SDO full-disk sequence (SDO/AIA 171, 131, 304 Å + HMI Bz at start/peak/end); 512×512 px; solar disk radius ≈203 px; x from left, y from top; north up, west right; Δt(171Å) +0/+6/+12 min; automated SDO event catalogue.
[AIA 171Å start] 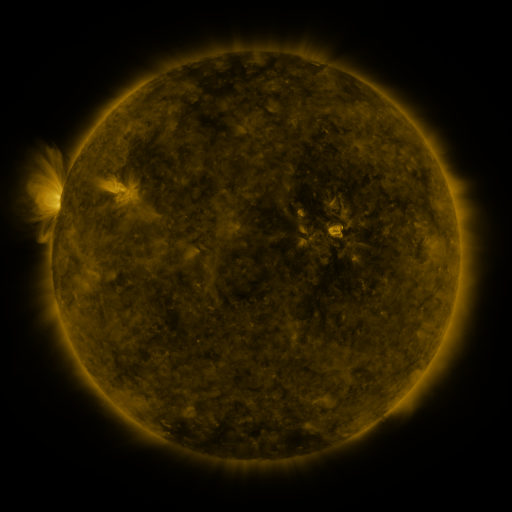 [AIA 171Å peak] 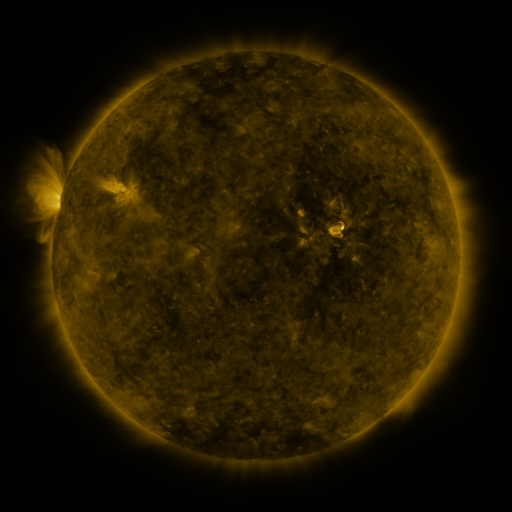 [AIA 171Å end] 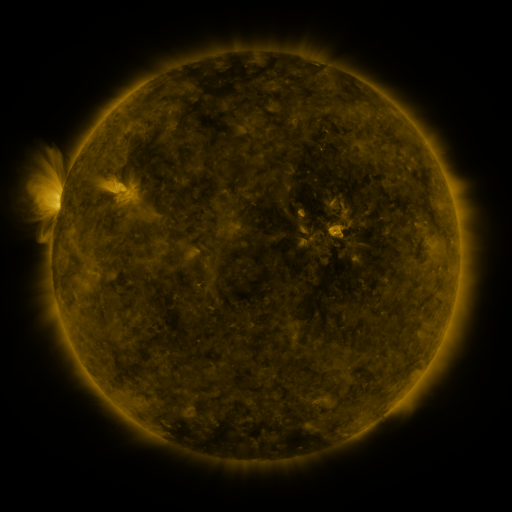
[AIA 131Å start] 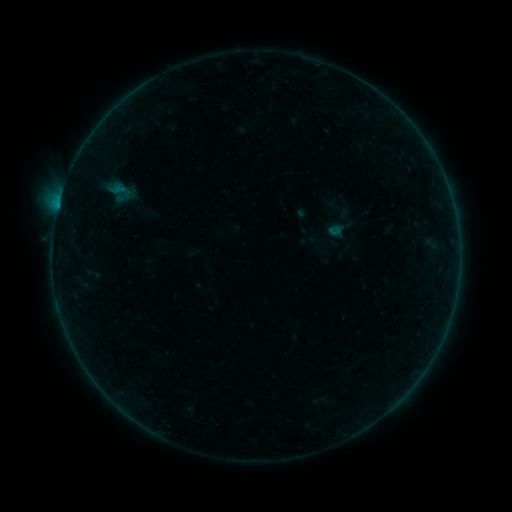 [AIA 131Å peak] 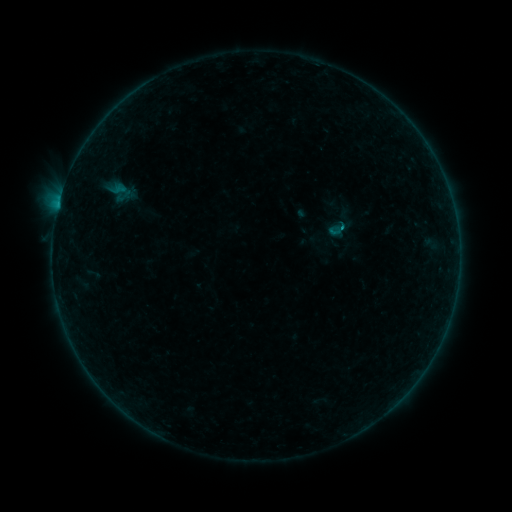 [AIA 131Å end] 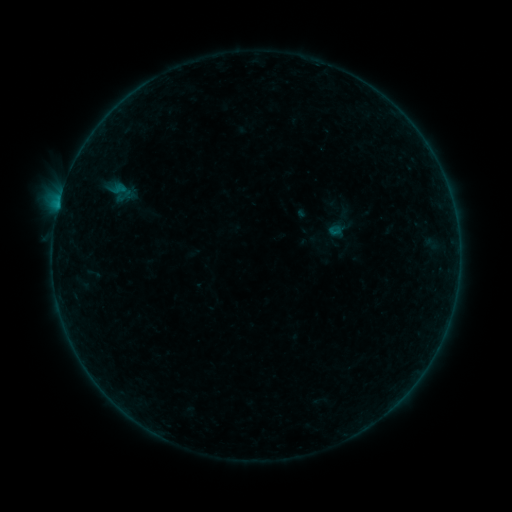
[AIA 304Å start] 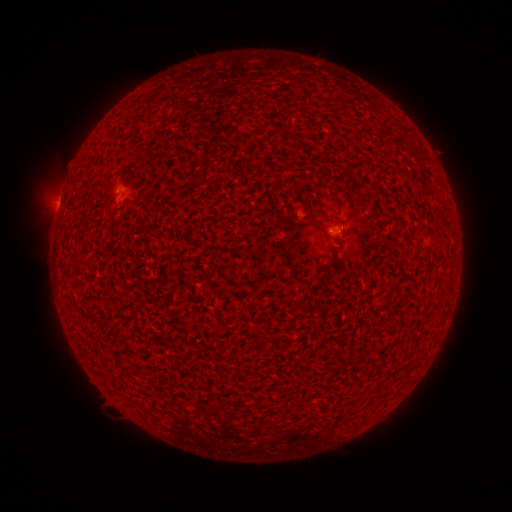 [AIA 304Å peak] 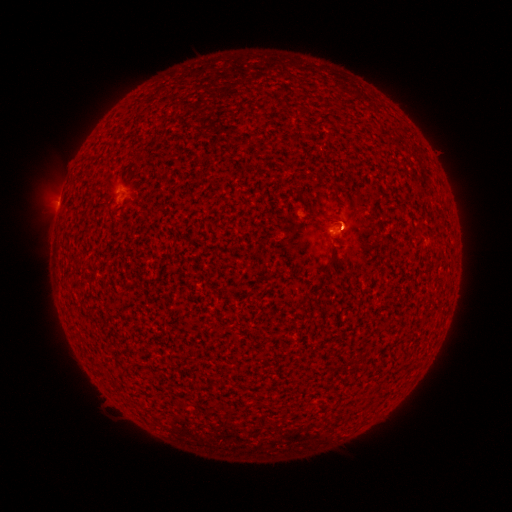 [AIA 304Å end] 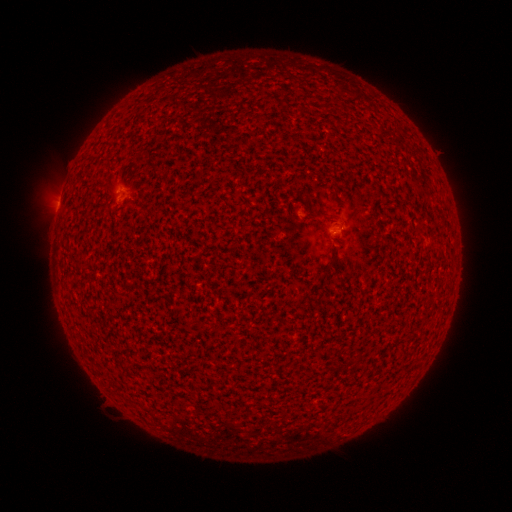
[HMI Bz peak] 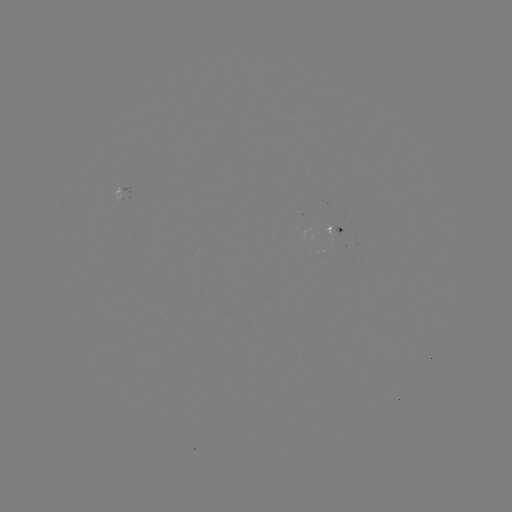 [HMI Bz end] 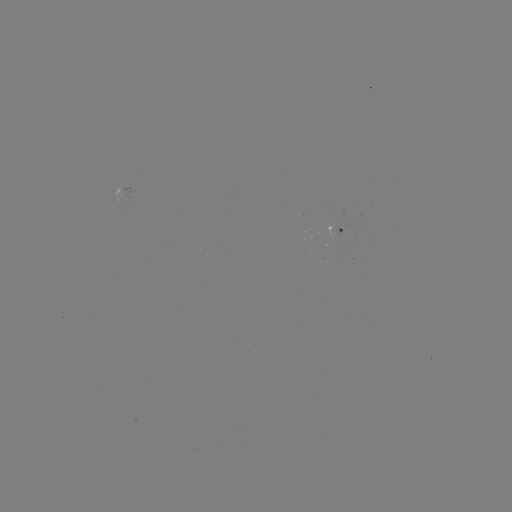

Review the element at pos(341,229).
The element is B1.6 flare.